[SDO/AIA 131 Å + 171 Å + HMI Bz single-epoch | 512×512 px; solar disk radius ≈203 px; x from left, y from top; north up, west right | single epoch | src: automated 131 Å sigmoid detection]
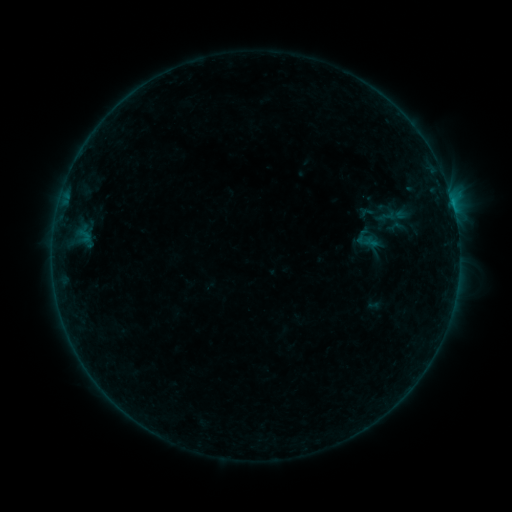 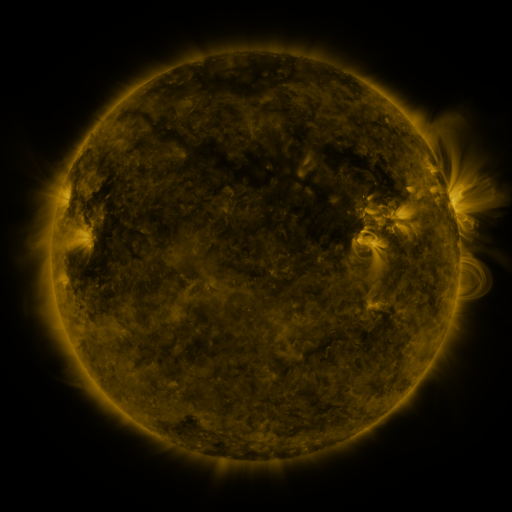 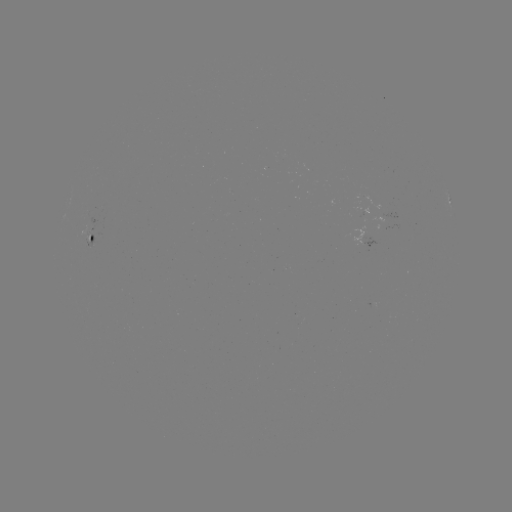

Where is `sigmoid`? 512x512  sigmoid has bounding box [384, 218, 406, 236].